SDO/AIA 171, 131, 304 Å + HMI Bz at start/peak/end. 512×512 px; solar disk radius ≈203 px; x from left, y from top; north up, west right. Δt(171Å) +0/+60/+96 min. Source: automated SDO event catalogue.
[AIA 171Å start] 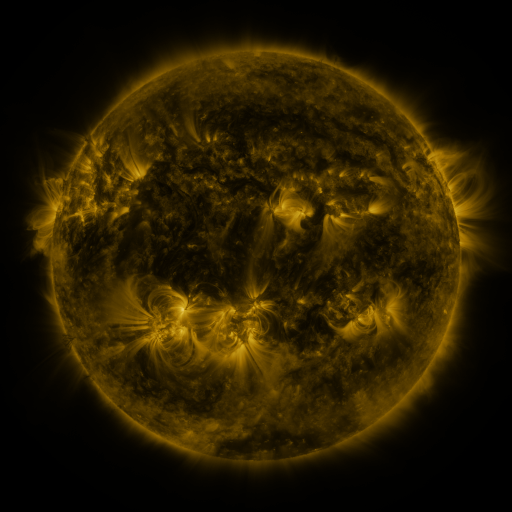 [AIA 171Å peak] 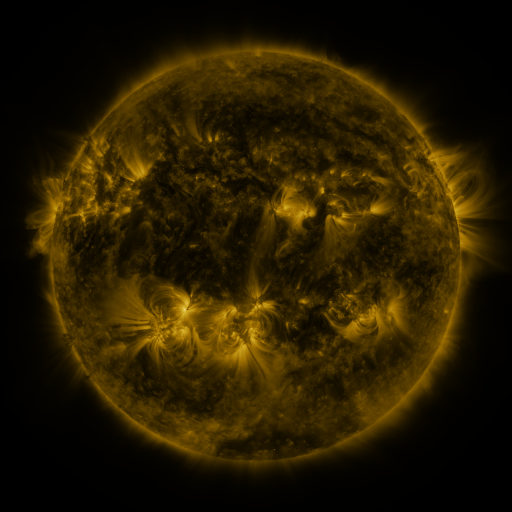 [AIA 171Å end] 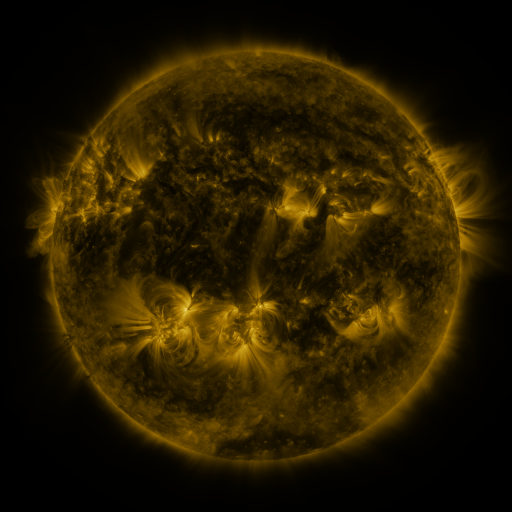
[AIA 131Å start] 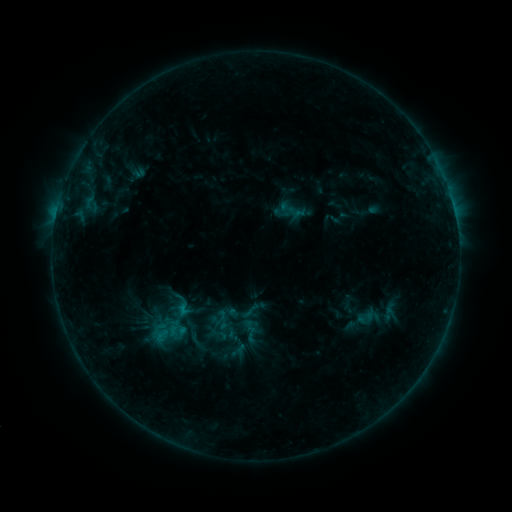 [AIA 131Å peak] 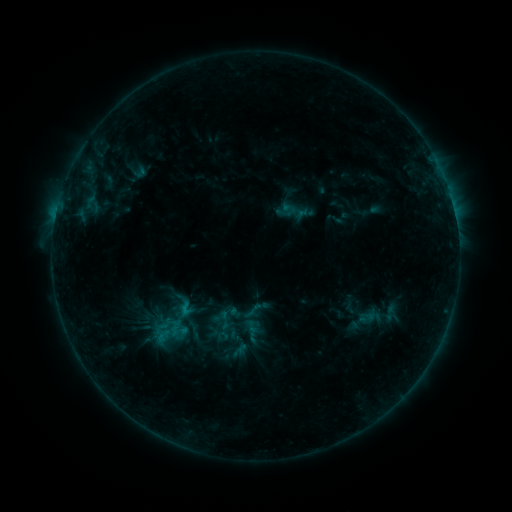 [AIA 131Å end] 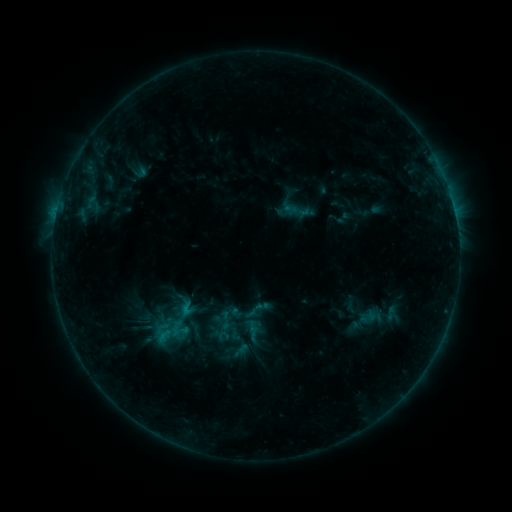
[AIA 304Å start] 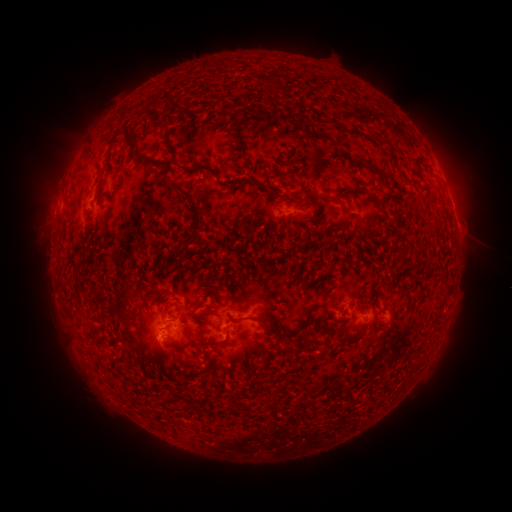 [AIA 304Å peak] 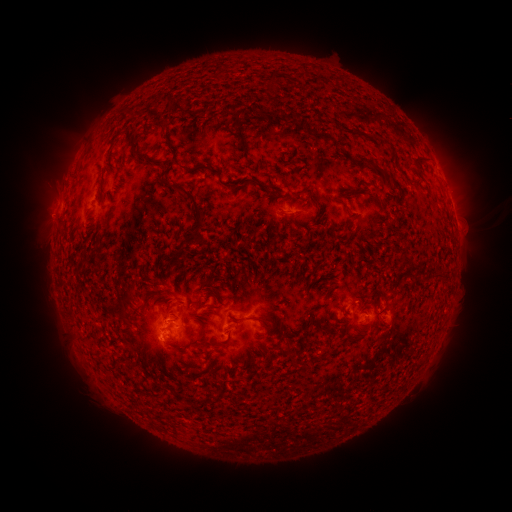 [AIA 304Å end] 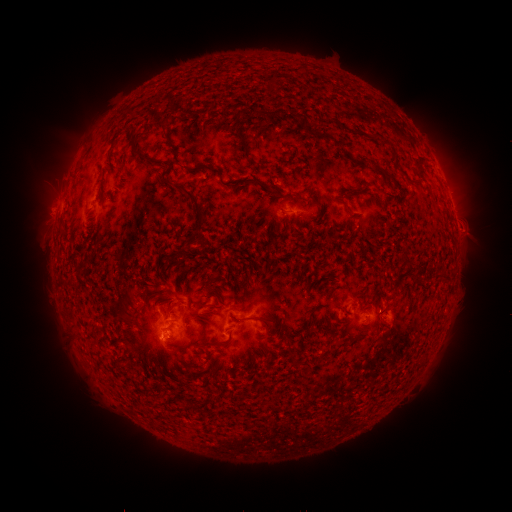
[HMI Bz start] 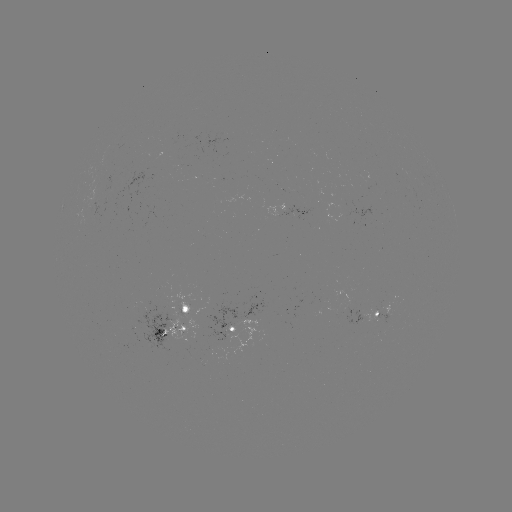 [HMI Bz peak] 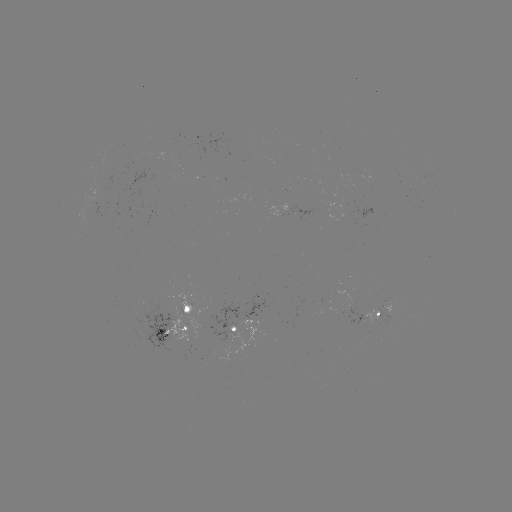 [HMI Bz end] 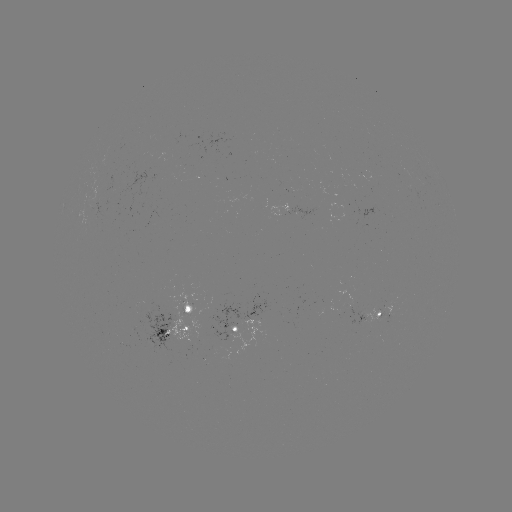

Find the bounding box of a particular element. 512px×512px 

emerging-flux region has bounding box [152, 313, 205, 356].